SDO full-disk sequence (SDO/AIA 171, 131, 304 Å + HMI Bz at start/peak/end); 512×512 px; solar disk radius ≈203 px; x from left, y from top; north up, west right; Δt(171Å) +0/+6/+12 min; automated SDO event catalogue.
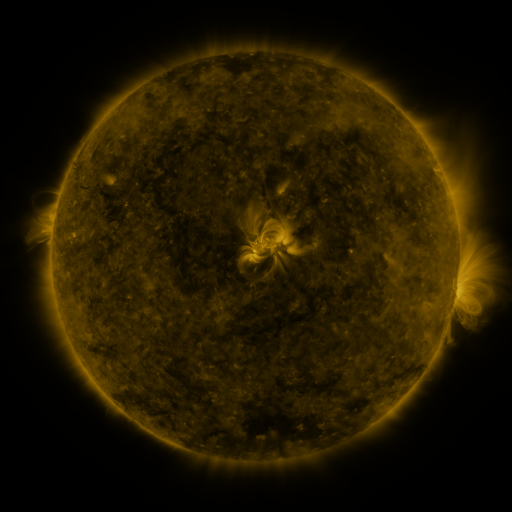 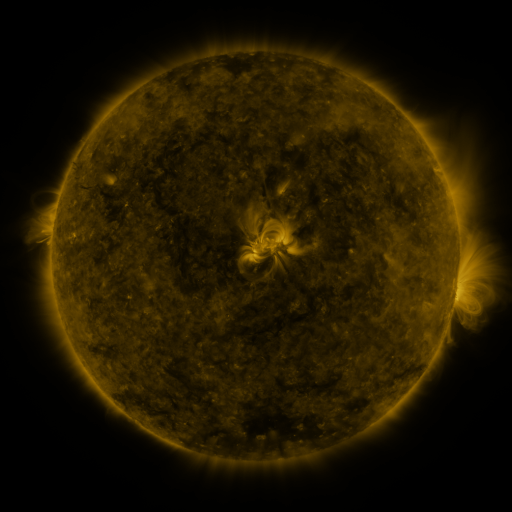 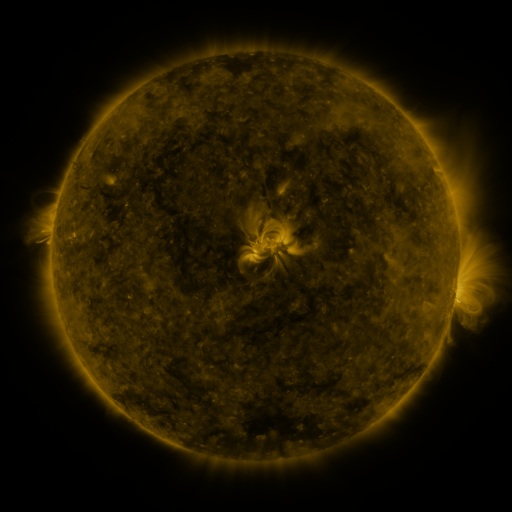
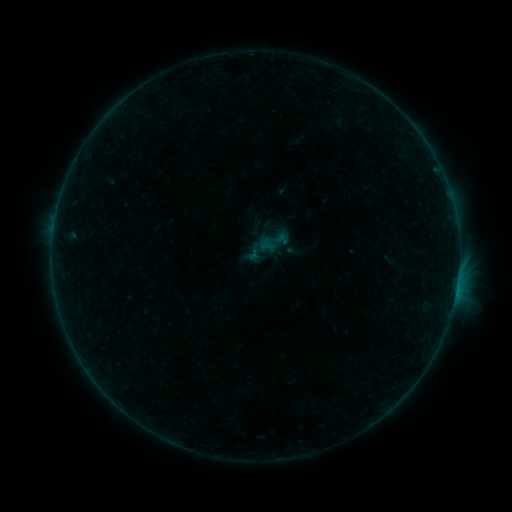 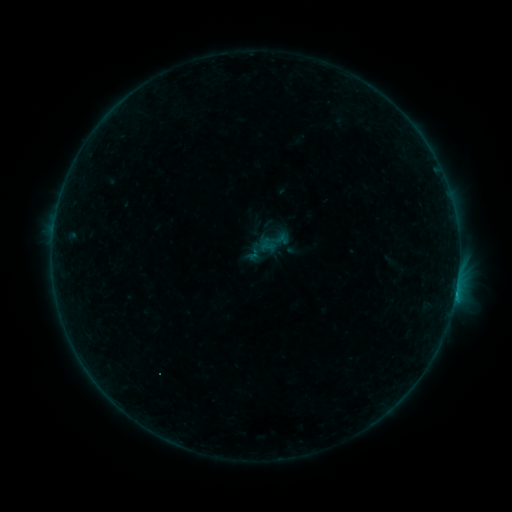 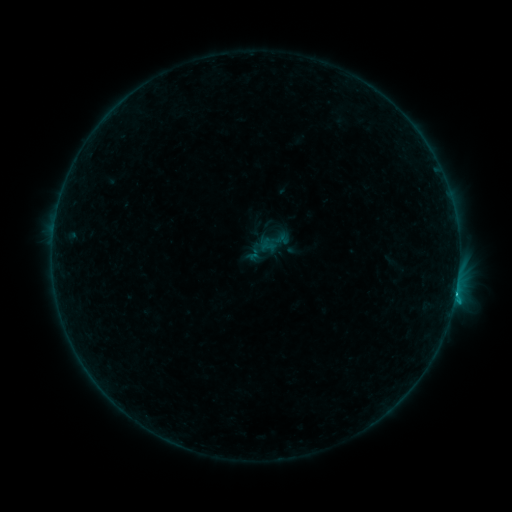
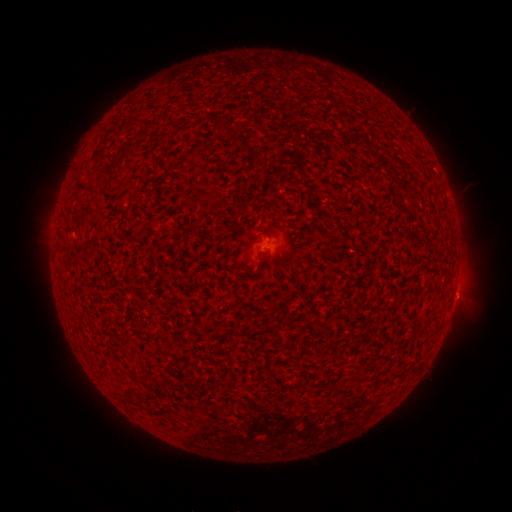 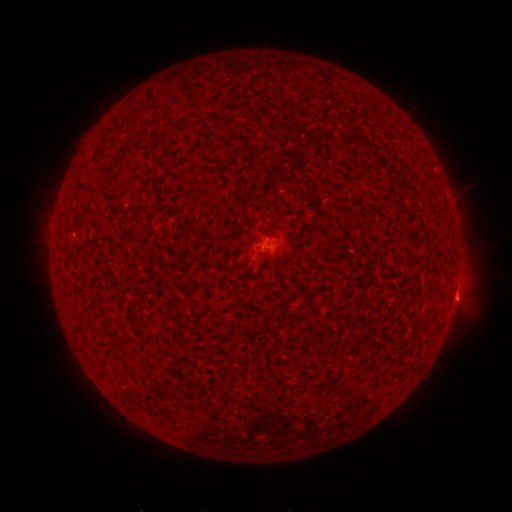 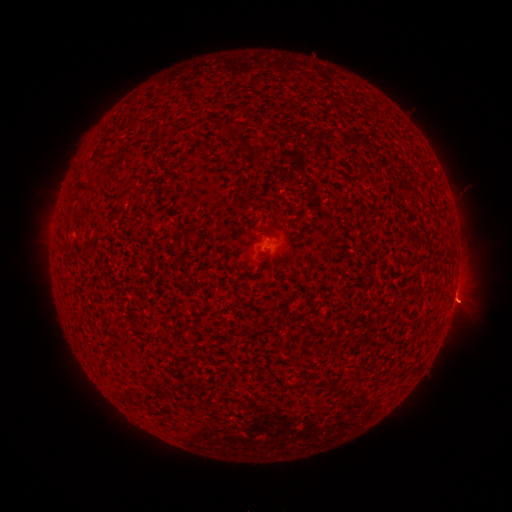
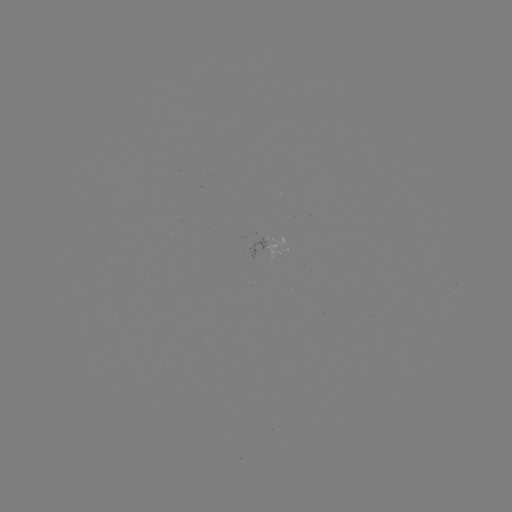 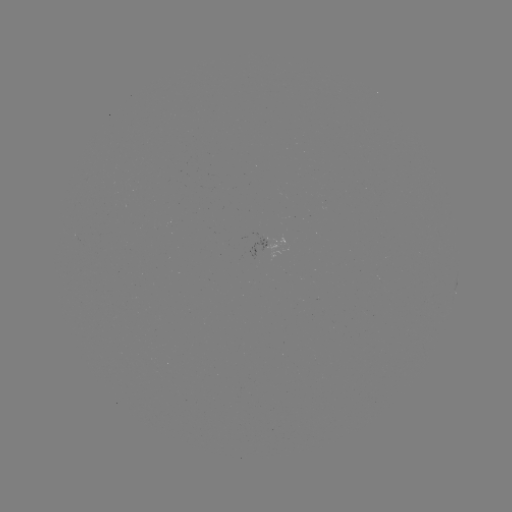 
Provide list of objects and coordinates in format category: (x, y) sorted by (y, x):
eruption: (459, 301)
